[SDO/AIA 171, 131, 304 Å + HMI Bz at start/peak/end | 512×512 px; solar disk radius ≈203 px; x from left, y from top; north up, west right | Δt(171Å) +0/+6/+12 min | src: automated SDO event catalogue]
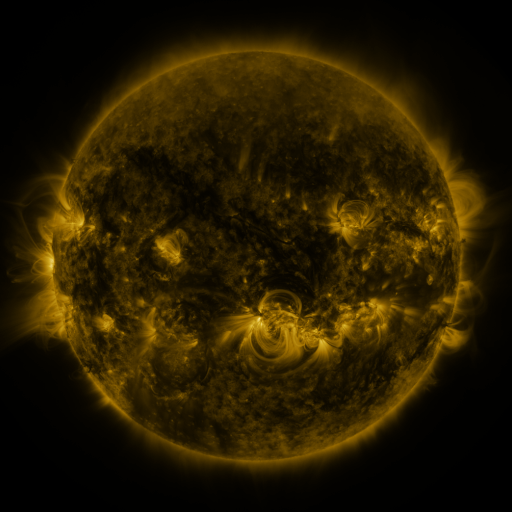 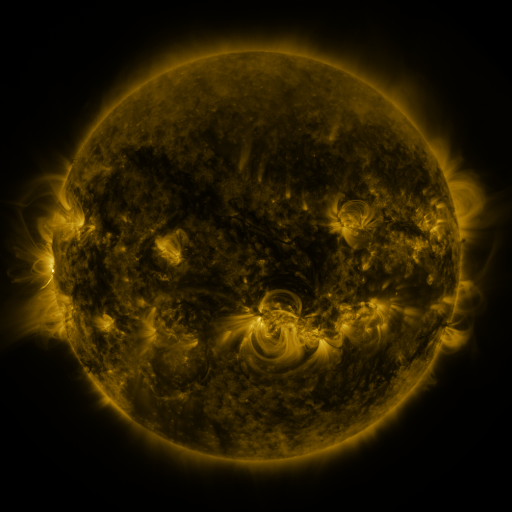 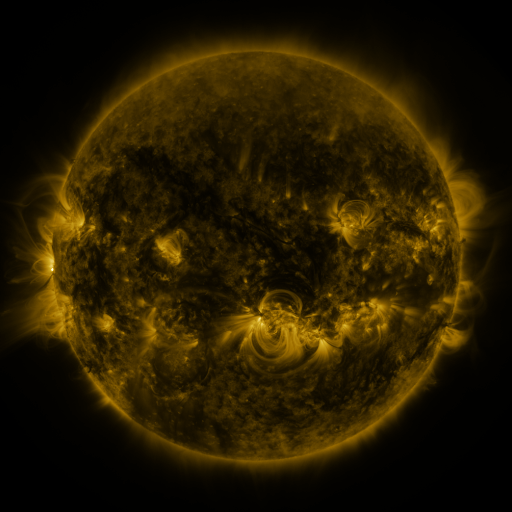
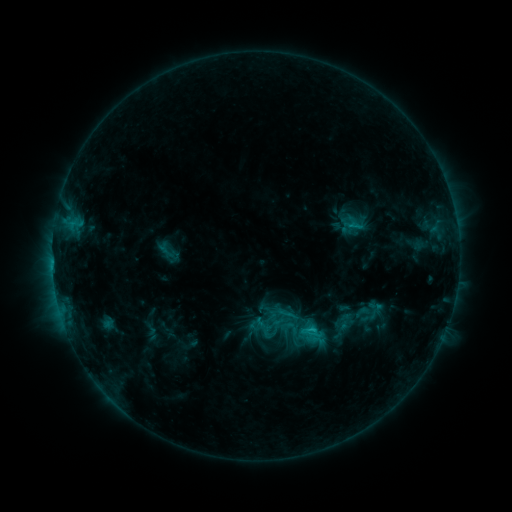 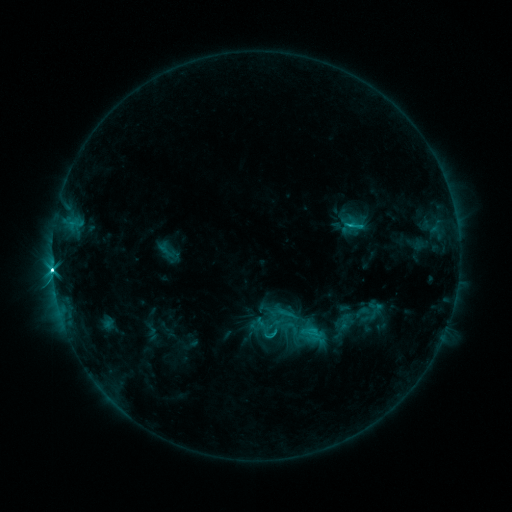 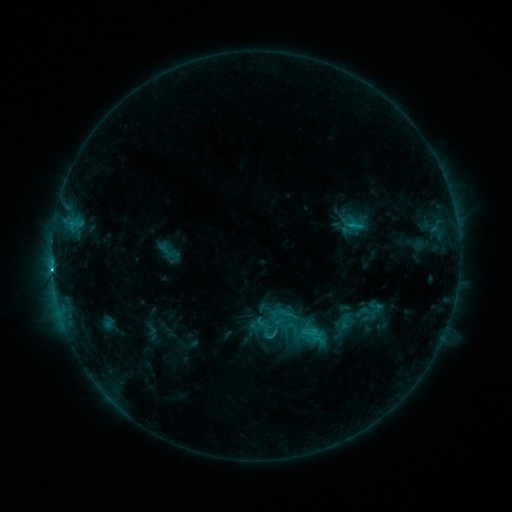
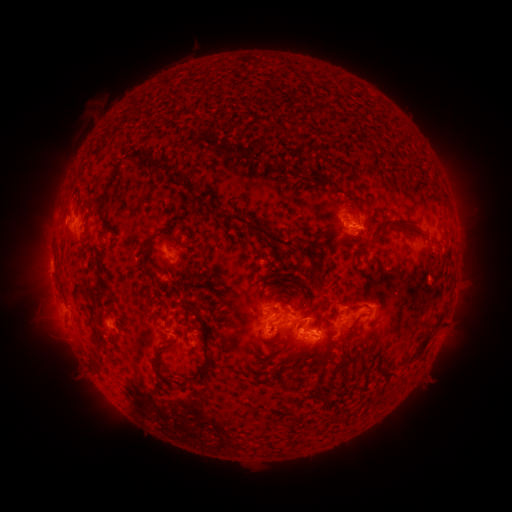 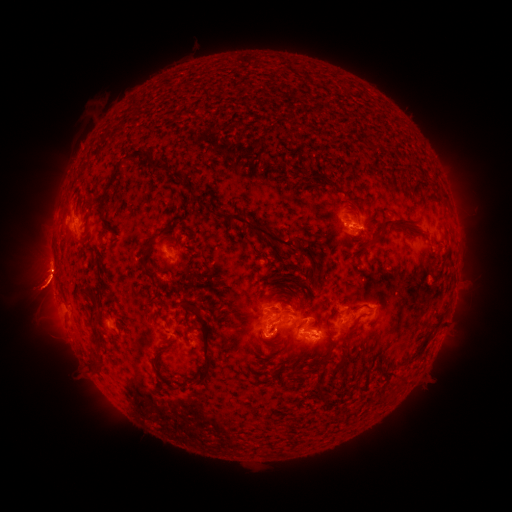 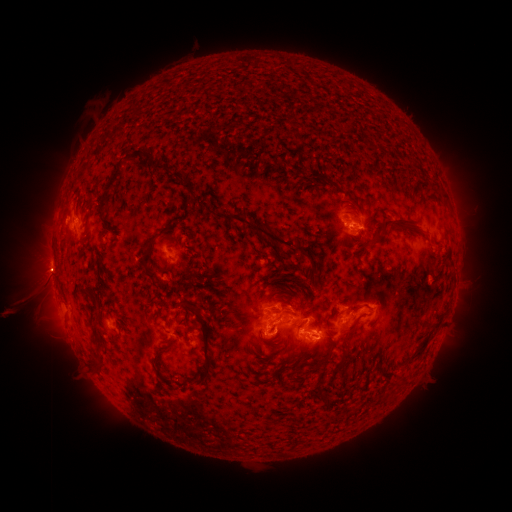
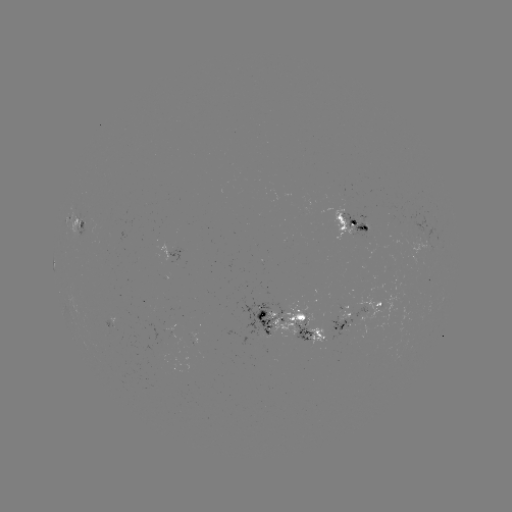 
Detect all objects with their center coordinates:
eruption: (40, 289)
